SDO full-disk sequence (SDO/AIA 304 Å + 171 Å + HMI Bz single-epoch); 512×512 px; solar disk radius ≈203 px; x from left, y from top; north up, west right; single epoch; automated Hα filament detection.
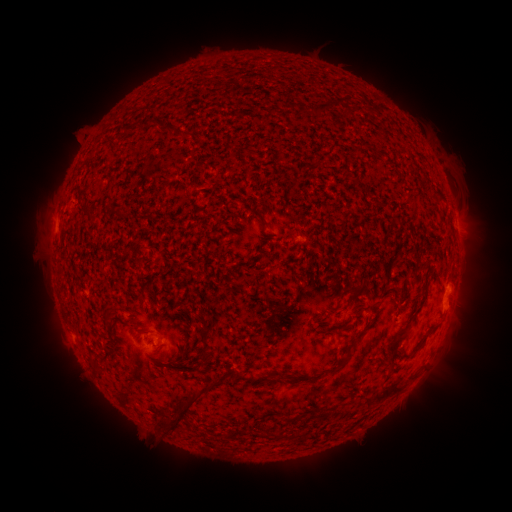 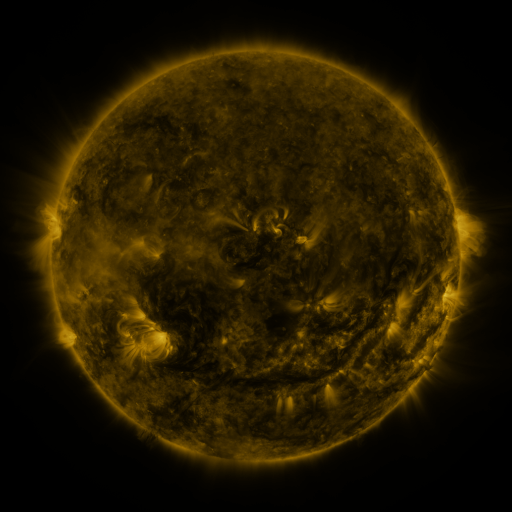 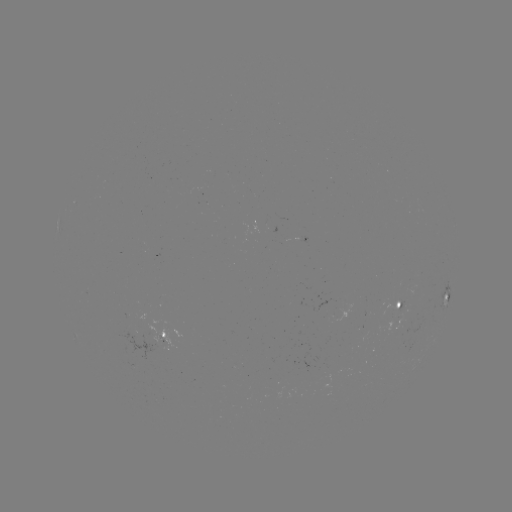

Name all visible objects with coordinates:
filament: [314, 103, 326, 114]
filament: [105, 139, 117, 149]
filament: [88, 148, 96, 160]
filament: [435, 190, 445, 202]
filament: [247, 207, 262, 217]
filament: [261, 219, 271, 229]
filament: [287, 227, 300, 238]
filament: [348, 283, 368, 298]
filament: [404, 292, 429, 328]
filament: [139, 329, 151, 336]
filament: [387, 337, 397, 364]
filament: [201, 353, 210, 364]
filament: [91, 357, 100, 368]
filament: [235, 368, 245, 379]
filament: [304, 373, 321, 383]
filament: [386, 384, 403, 395]
filament: [159, 385, 213, 434]
